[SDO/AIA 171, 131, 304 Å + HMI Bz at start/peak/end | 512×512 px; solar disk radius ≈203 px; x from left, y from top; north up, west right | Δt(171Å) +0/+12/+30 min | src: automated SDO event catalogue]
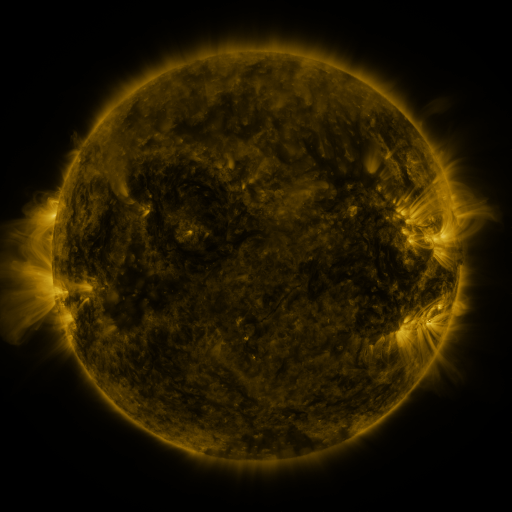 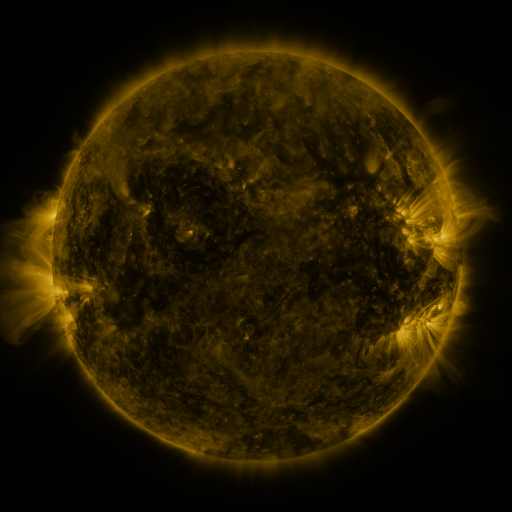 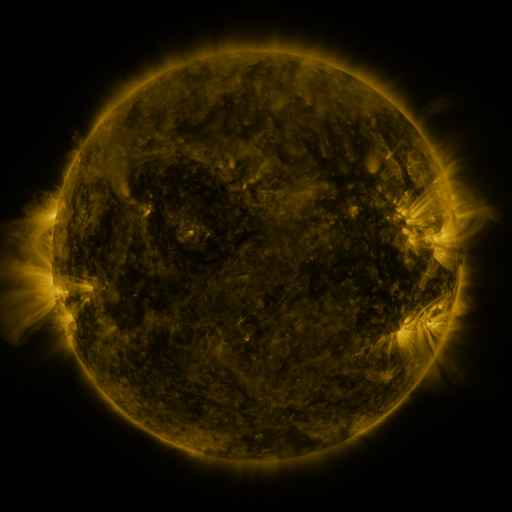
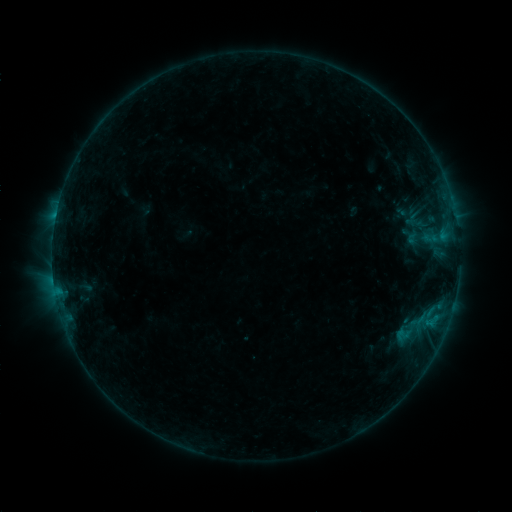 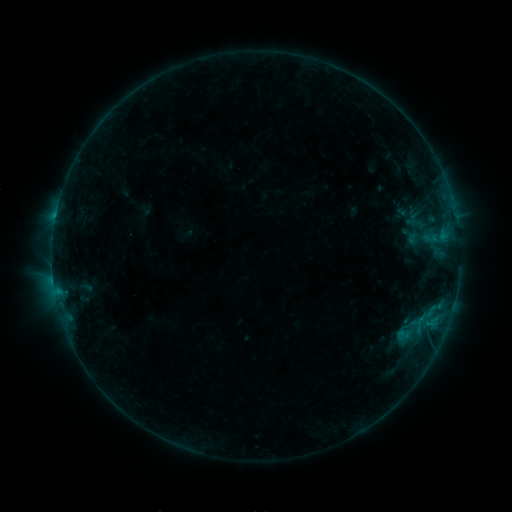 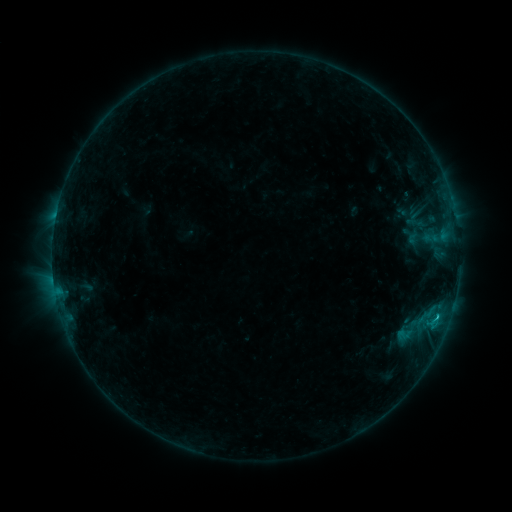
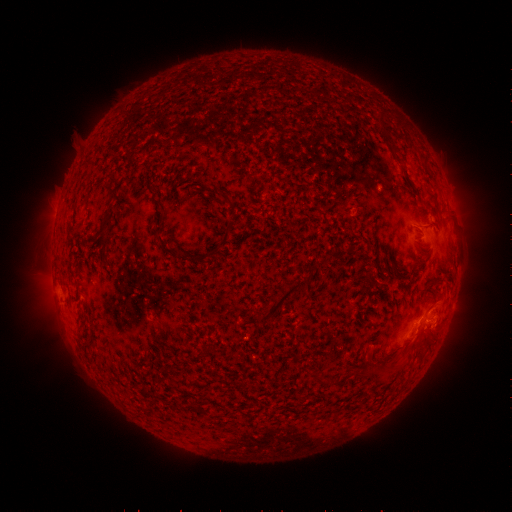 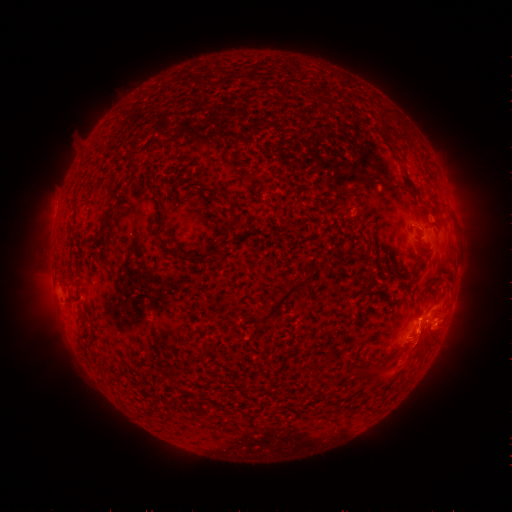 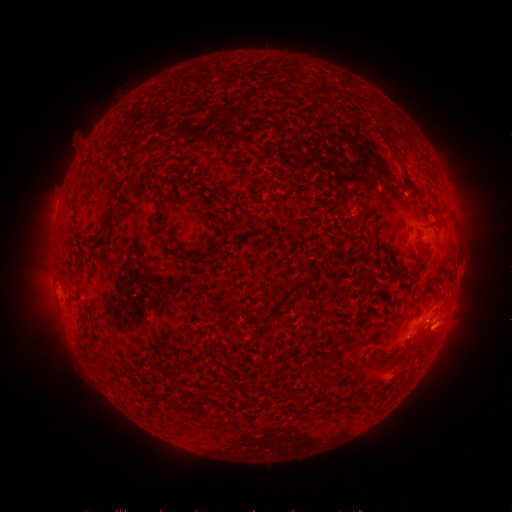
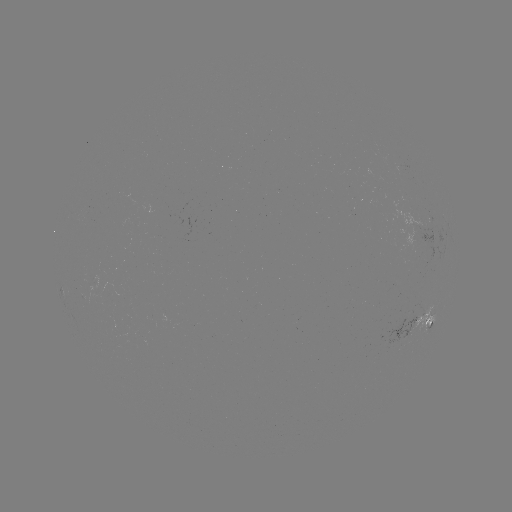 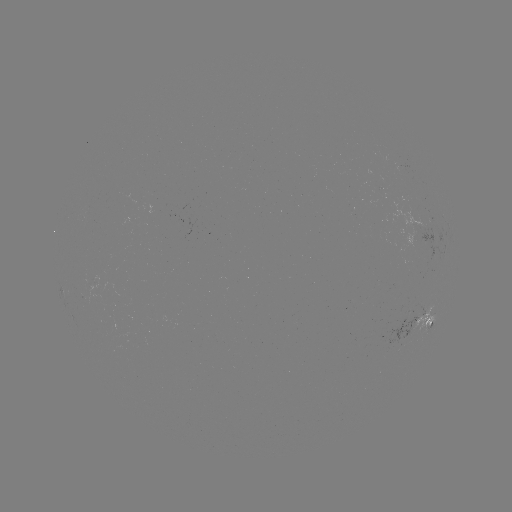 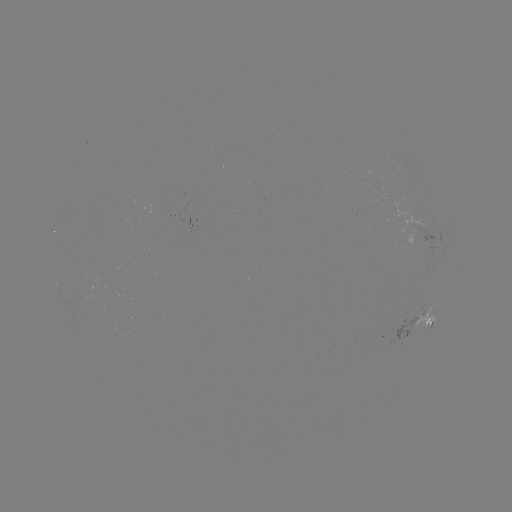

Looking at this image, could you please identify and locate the eruption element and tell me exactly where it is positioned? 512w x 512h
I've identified eruption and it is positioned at [420, 350].